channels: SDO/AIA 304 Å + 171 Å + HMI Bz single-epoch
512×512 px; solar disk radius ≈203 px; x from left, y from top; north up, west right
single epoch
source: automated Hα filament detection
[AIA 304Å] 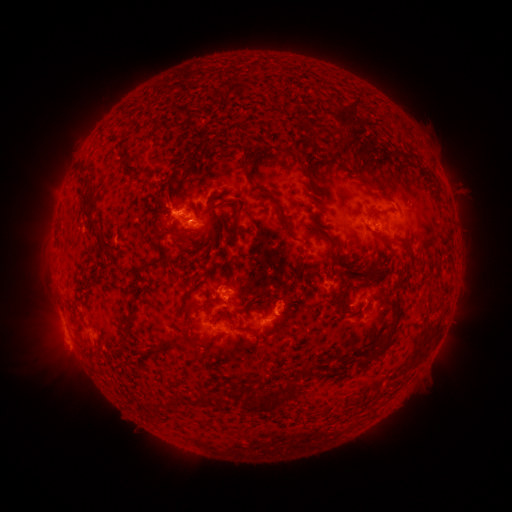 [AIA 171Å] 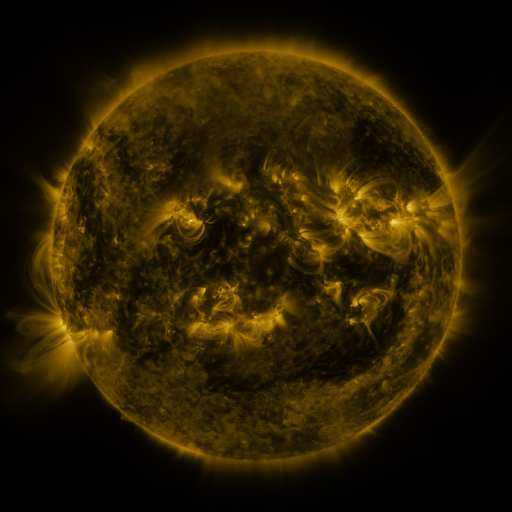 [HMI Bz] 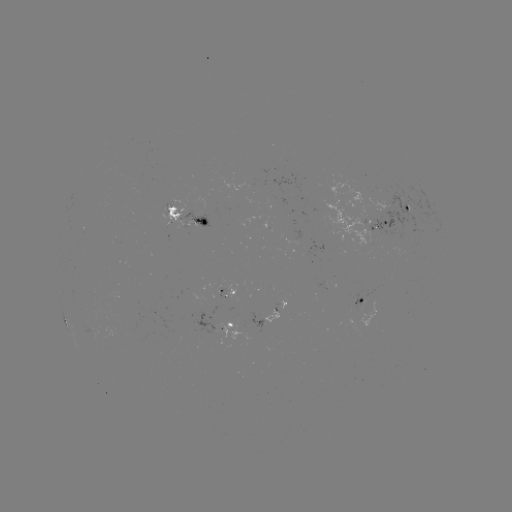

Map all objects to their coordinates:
filament: <bbox>330, 106, 356, 139</bbox>
filament: <bbox>330, 128, 343, 139</bbox>
filament: <bbox>238, 143, 250, 167</bbox>
filament: <bbox>405, 150, 418, 162</bbox>
filament: <bbox>298, 161, 312, 180</bbox>
filament: <bbox>169, 167, 176, 179</bbox>
filament: <bbox>369, 180, 391, 199</bbox>
filament: <bbox>163, 186, 171, 205</bbox>
filament: <bbox>260, 187, 270, 196</bbox>
filament: <bbox>202, 196, 216, 214</bbox>
filament: <bbox>153, 202, 167, 214</bbox>
filament: <bbox>312, 203, 326, 216</bbox>
filament: <bbox>226, 205, 243, 247</bbox>
filament: <bbox>367, 207, 386, 215</bbox>
filament: <bbox>278, 209, 294, 239</bbox>
filament: <bbox>85, 210, 98, 231</bbox>
filament: <bbox>219, 221, 227, 235</bbox>
filament: <bbox>157, 224, 185, 243</bbox>
filament: <bbox>371, 228, 395, 243</bbox>
filament: <bbox>322, 229, 346, 262</bbox>
filament: <bbox>327, 247, 333, 257</bbox>
filament: <bbox>139, 253, 166, 272</bbox>
filament: <bbox>362, 269, 372, 278</bbox>
filament: <bbox>345, 275, 354, 284</bbox>
filament: <bbox>179, 287, 195, 314</bbox>
filament: <bbox>339, 297, 347, 312</bbox>
filament: <bbox>188, 300, 209, 329</bbox>
filament: <bbox>124, 310, 136, 340</bbox>
filament: <bbox>390, 310, 400, 327</bbox>
filament: <bbox>213, 314, 227, 324</bbox>
filament: <bbox>378, 329, 394, 354</bbox>
filament: <bbox>175, 337, 209, 355</bbox>
filament: <bbox>138, 345, 162, 358</bbox>
filament: <bbox>304, 368, 313, 376</bbox>
filament: <bbox>284, 377, 300, 398</bbox>
filament: <bbox>222, 386, 231, 397</bbox>
filament: <bbox>243, 388, 288, 414</bbox>
filament: <bbox>192, 389, 209, 406</bbox>
filament: <bbox>172, 393, 183, 407</bbox>
filament: <bbox>145, 398, 154, 409</bbox>
